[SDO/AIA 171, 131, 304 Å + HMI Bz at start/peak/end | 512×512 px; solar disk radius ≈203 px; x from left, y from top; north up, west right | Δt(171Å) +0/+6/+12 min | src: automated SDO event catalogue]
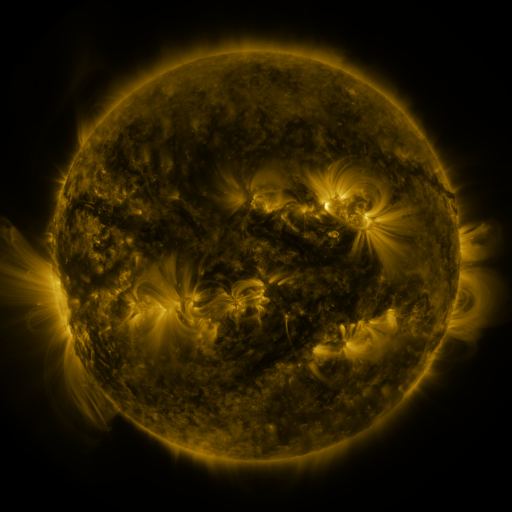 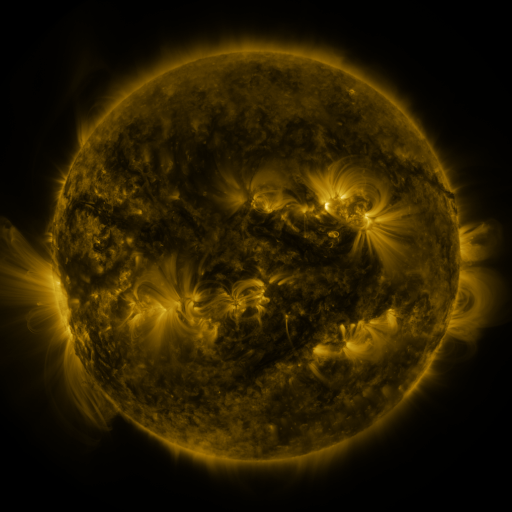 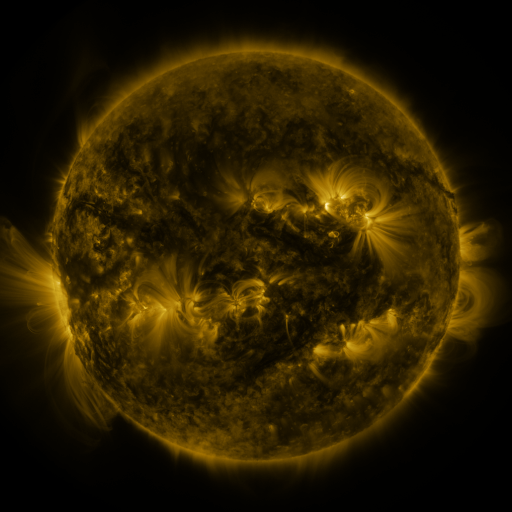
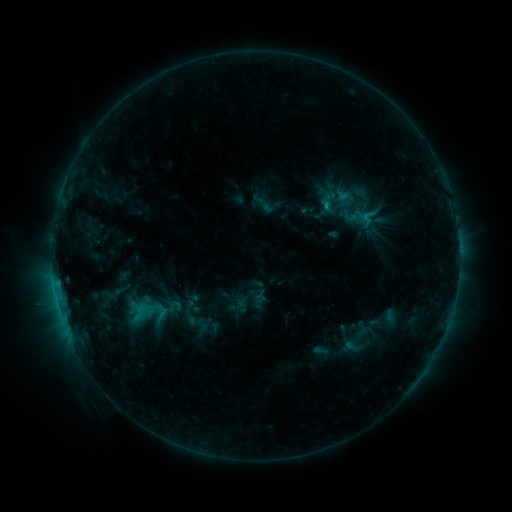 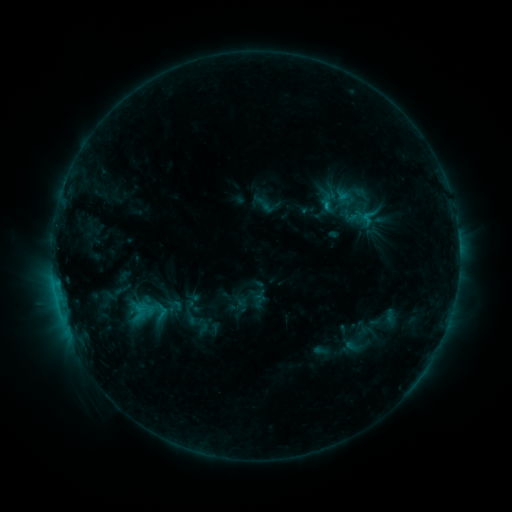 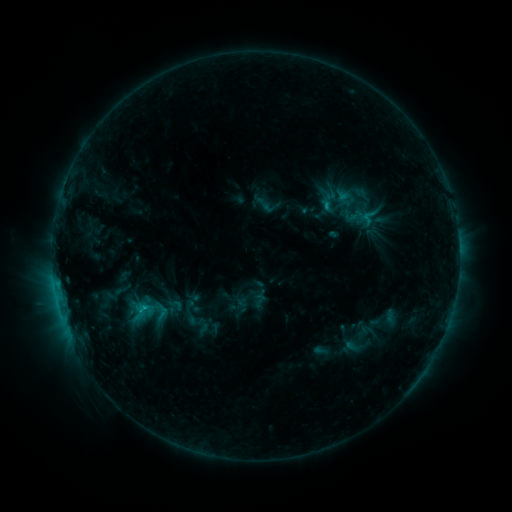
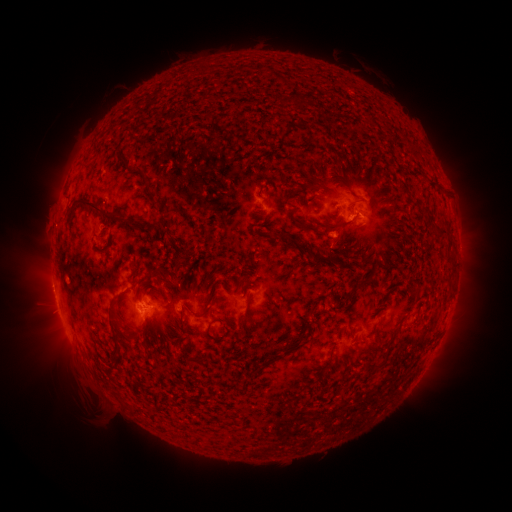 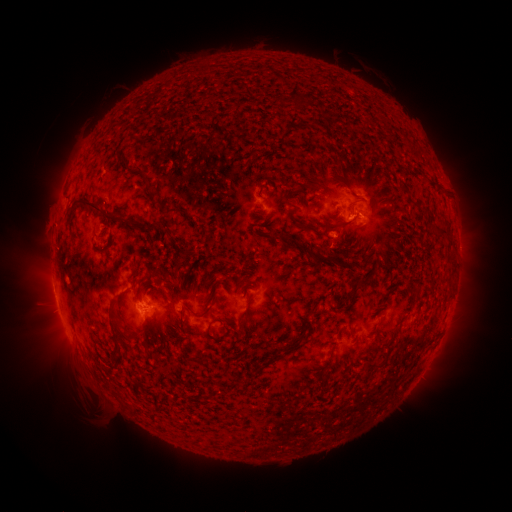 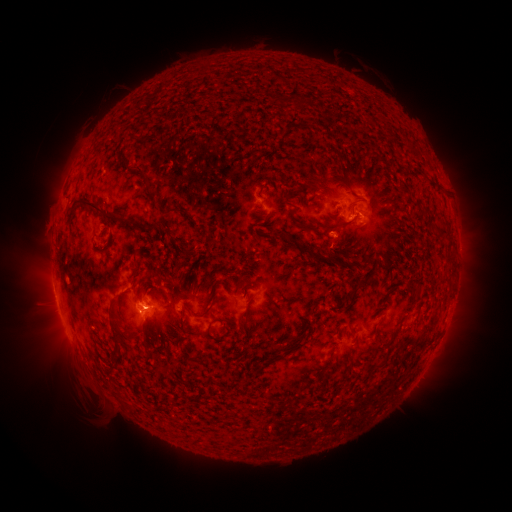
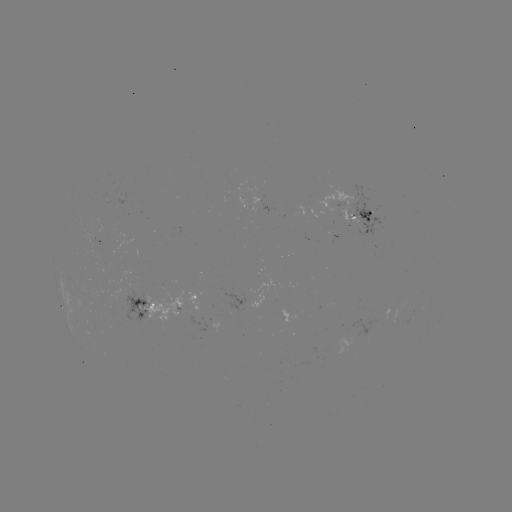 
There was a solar flare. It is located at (144, 303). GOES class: C1.1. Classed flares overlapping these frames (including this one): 1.